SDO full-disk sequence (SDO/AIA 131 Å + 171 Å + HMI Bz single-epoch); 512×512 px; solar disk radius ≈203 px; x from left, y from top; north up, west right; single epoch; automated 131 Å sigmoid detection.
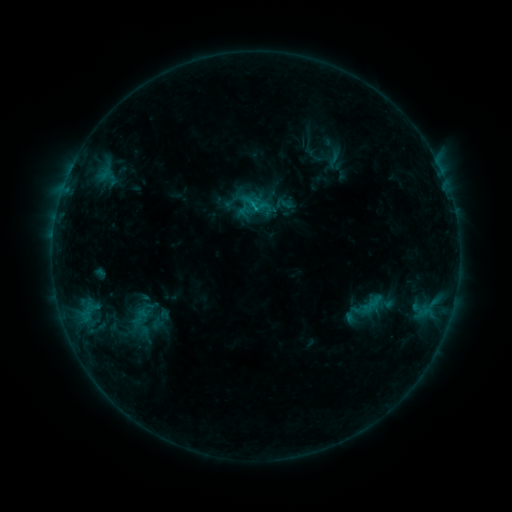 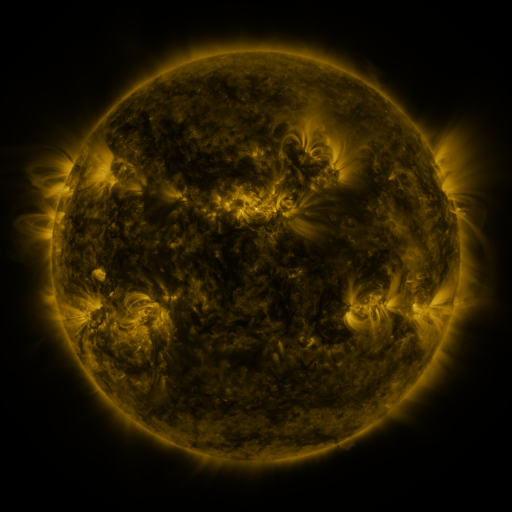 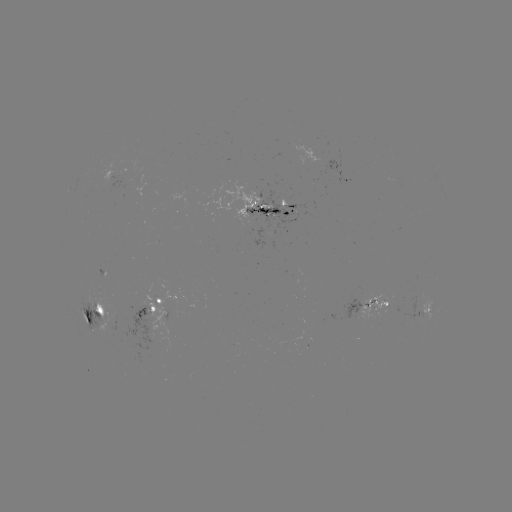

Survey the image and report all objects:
sigmoid: (275, 195, 293, 213)
sigmoid: (129, 308, 151, 323)
